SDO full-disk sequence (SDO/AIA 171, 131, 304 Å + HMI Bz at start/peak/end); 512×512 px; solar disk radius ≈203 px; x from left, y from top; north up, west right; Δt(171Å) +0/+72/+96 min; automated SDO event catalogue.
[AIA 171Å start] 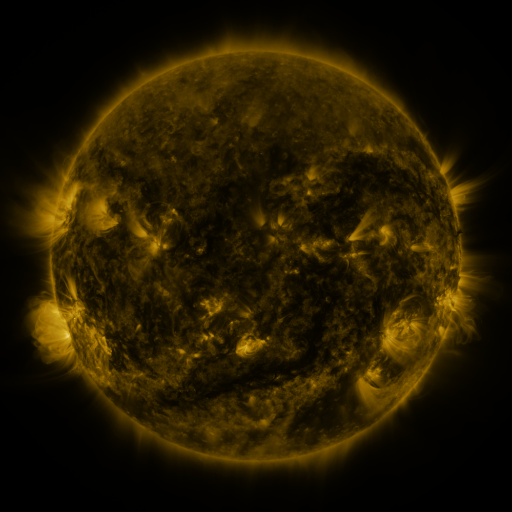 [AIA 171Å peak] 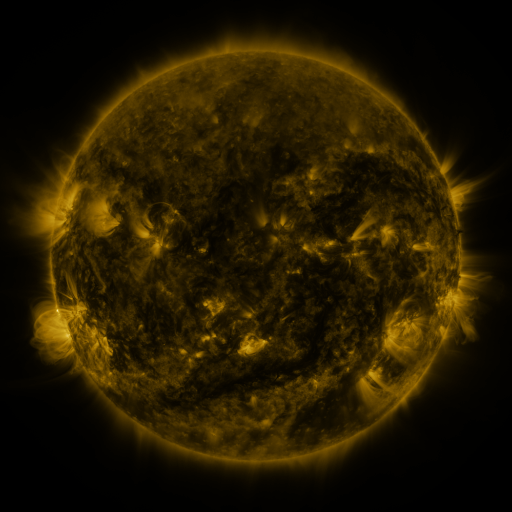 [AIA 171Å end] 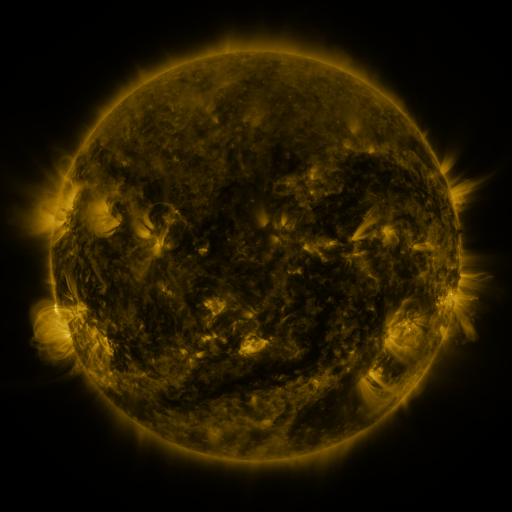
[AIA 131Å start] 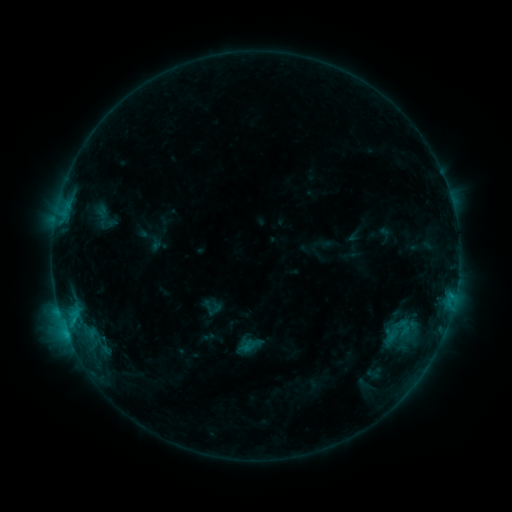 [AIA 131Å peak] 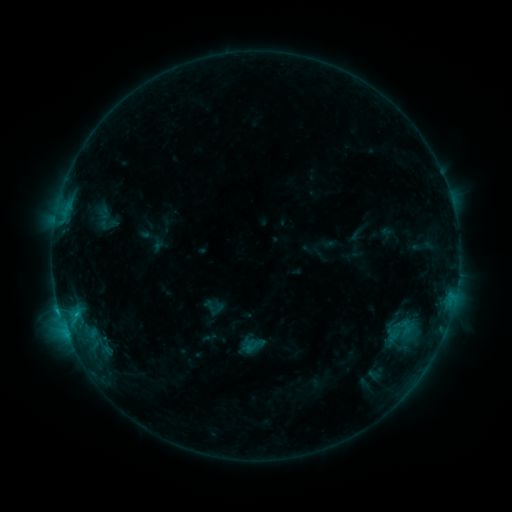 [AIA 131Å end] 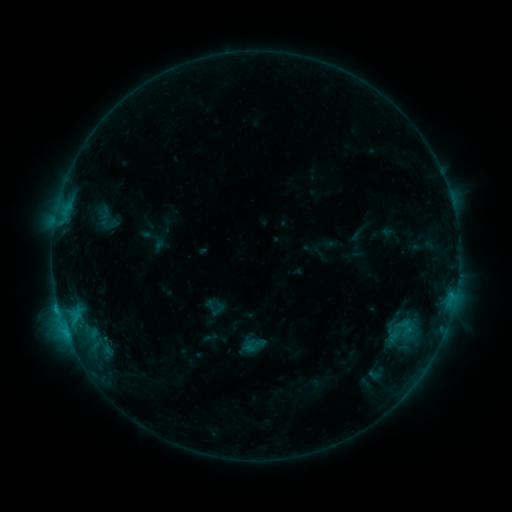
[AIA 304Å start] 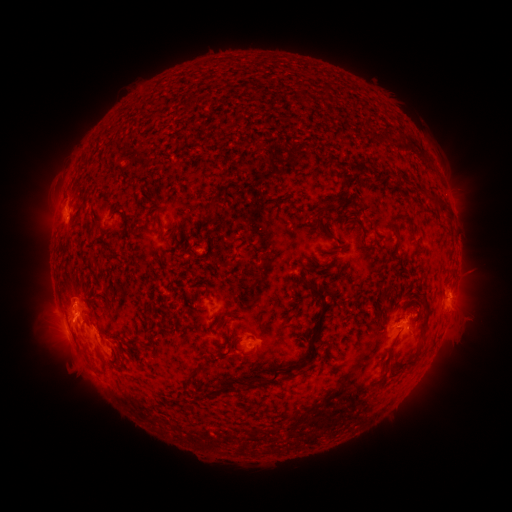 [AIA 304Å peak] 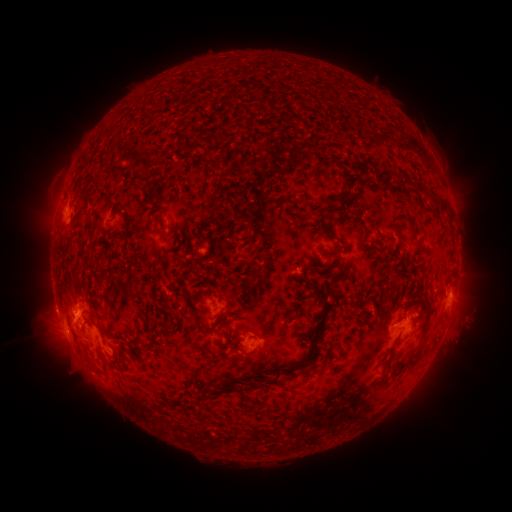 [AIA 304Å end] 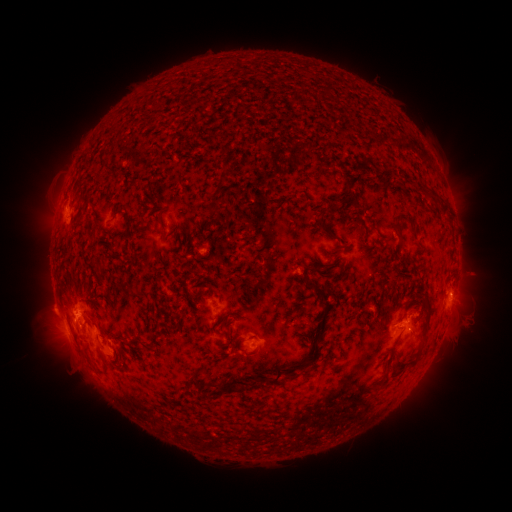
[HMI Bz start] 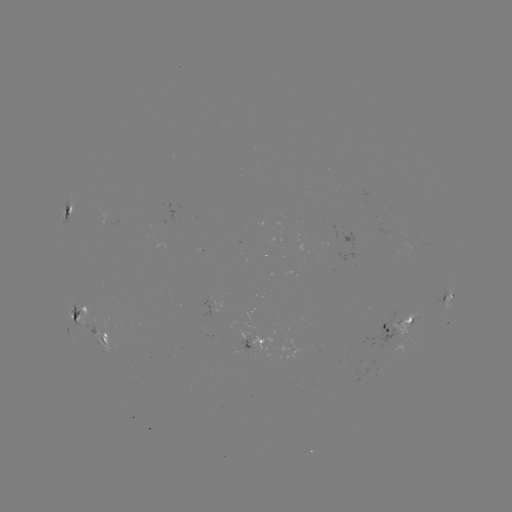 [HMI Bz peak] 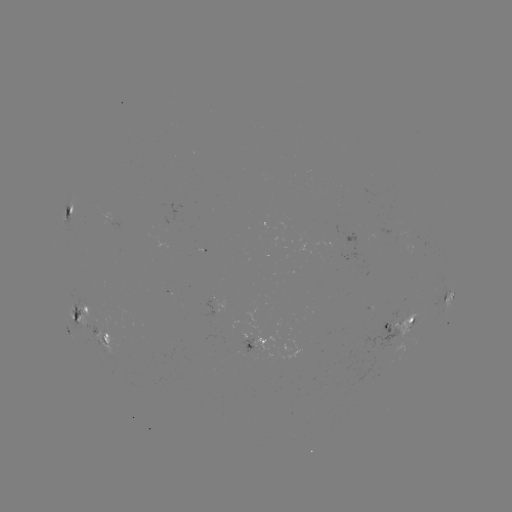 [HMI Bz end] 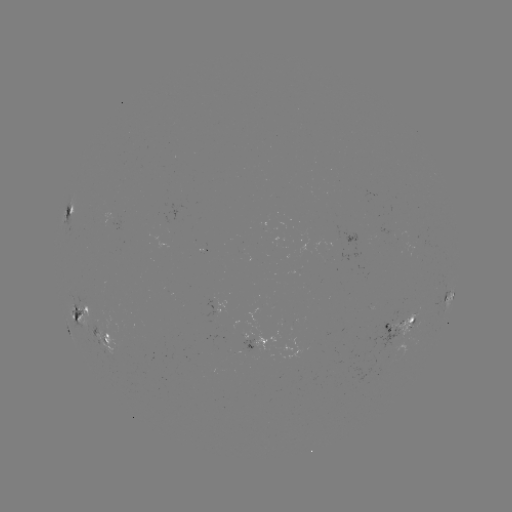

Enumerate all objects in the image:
emerging-flux region: (330, 236)
